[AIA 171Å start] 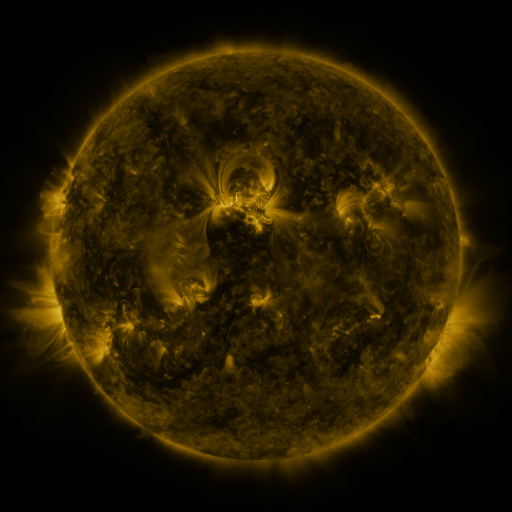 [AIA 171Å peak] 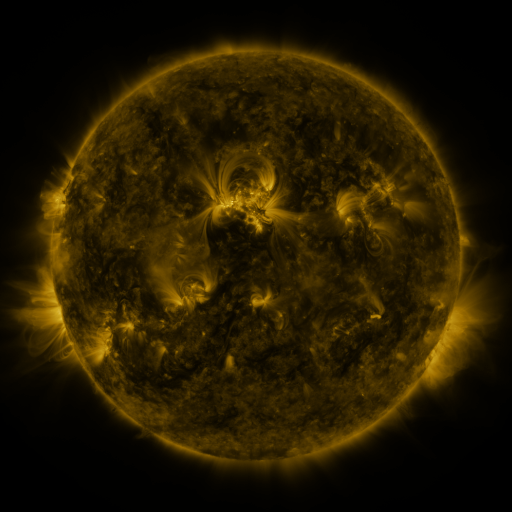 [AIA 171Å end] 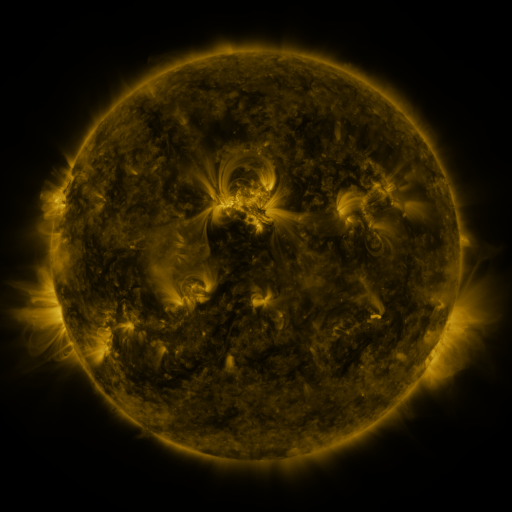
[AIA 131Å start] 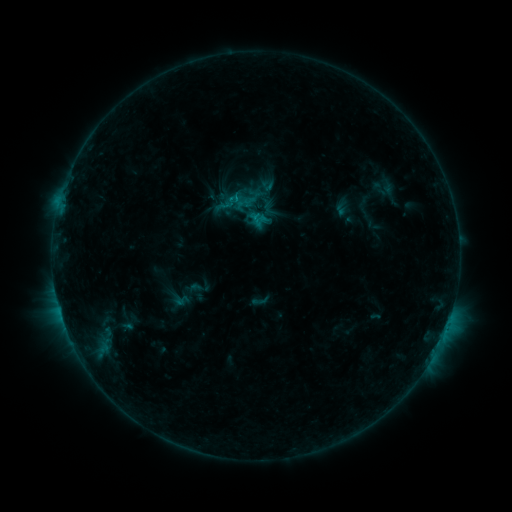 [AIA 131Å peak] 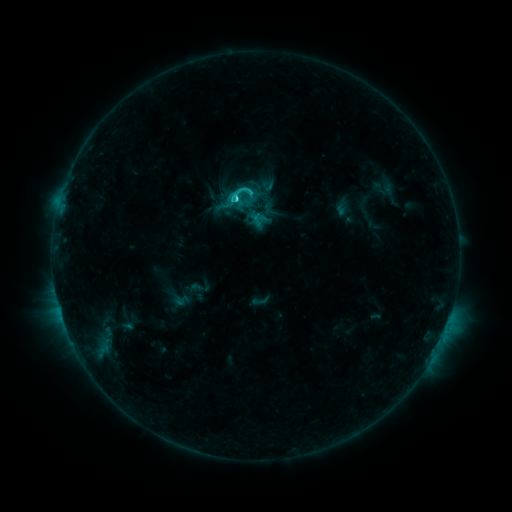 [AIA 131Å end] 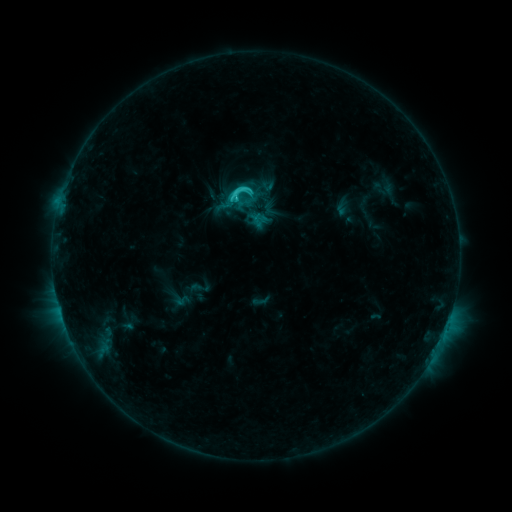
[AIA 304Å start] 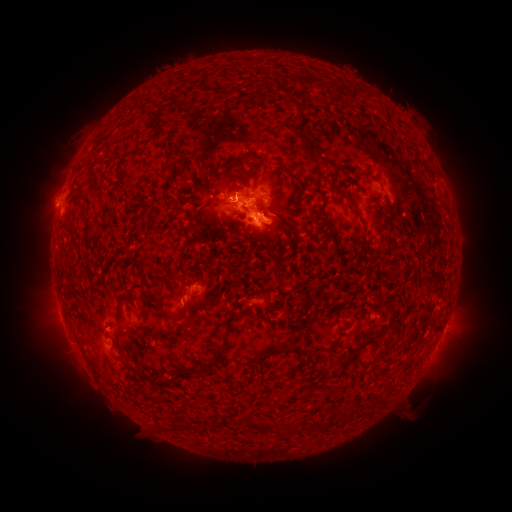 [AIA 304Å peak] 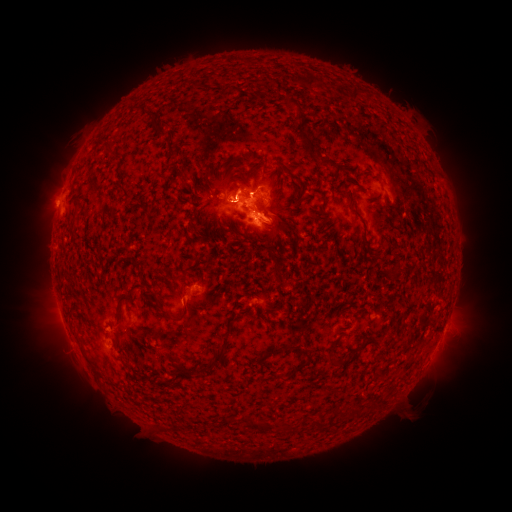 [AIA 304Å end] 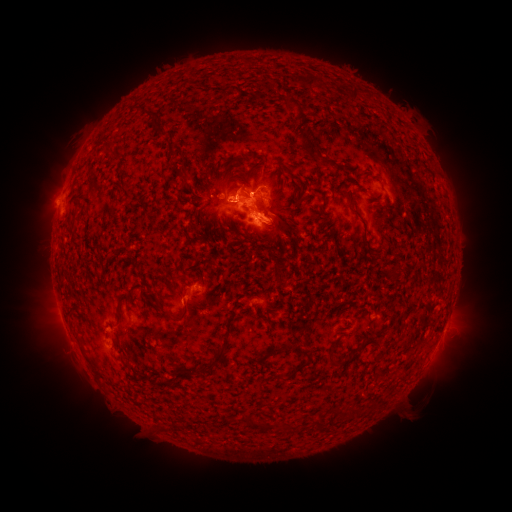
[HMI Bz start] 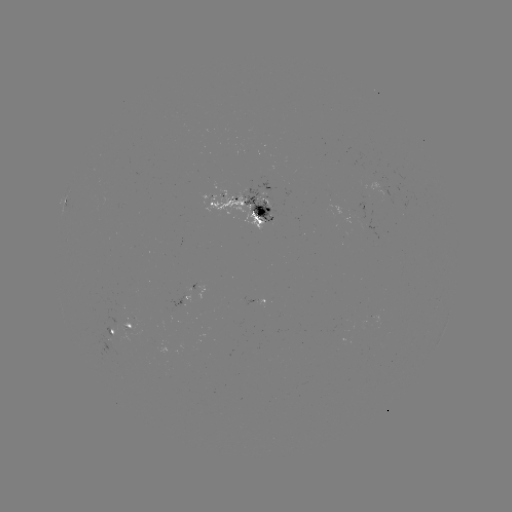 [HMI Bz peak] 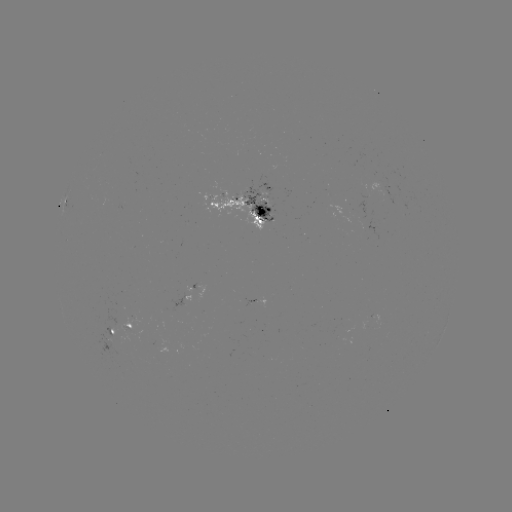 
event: flare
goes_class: C2.8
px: (238, 203)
